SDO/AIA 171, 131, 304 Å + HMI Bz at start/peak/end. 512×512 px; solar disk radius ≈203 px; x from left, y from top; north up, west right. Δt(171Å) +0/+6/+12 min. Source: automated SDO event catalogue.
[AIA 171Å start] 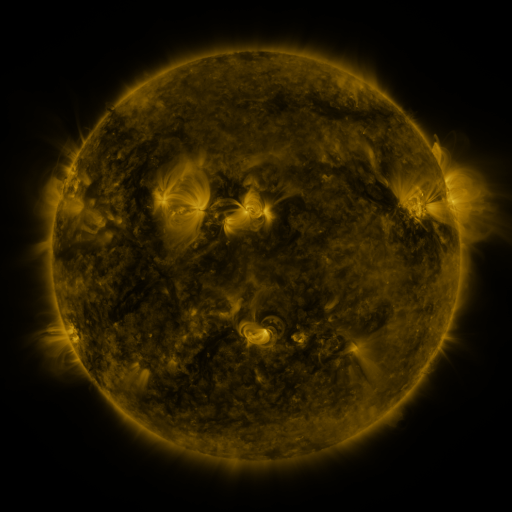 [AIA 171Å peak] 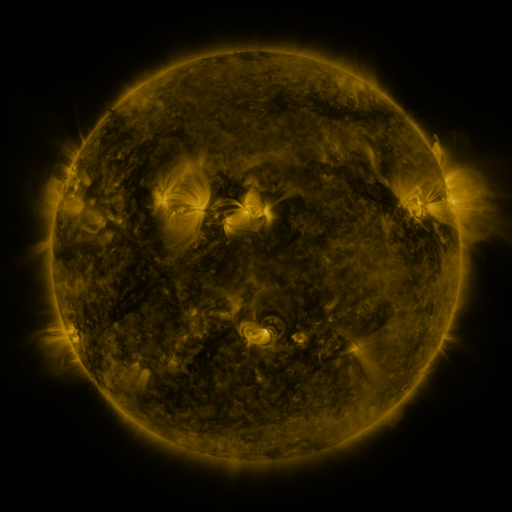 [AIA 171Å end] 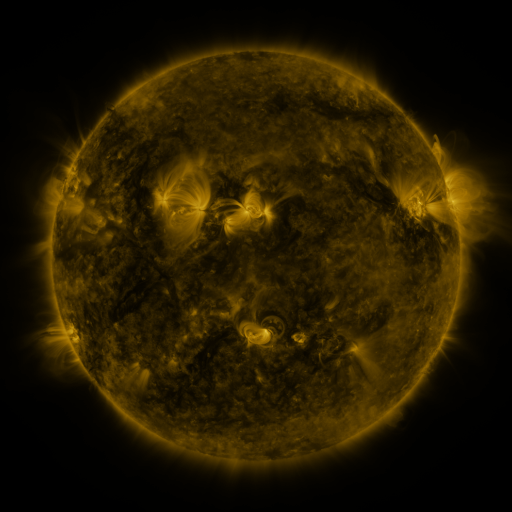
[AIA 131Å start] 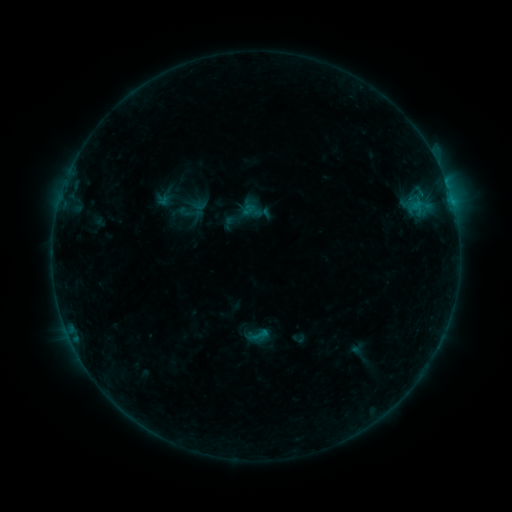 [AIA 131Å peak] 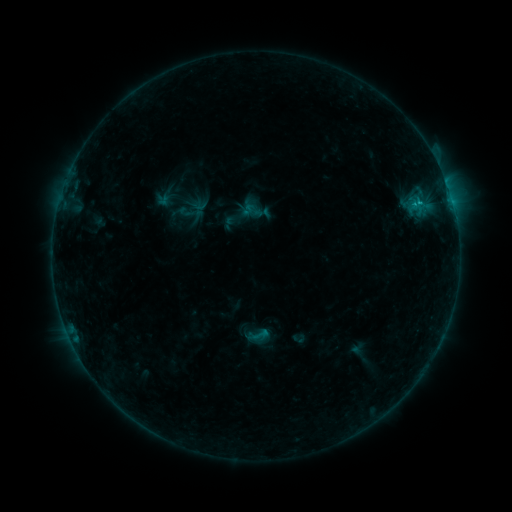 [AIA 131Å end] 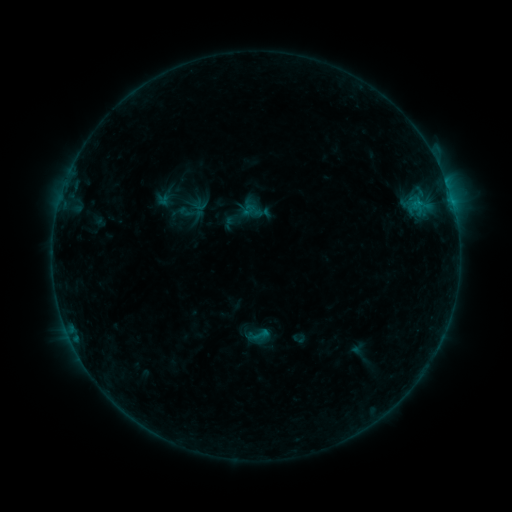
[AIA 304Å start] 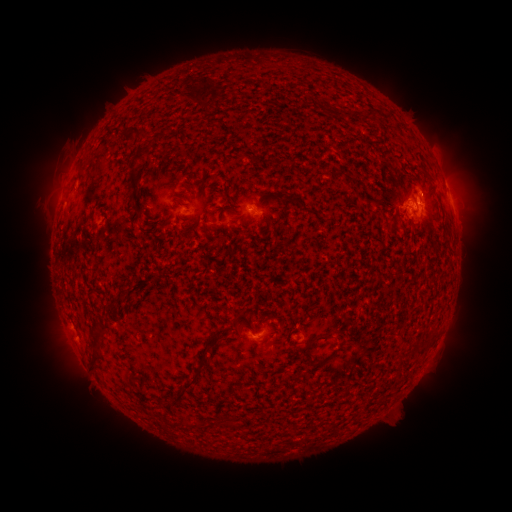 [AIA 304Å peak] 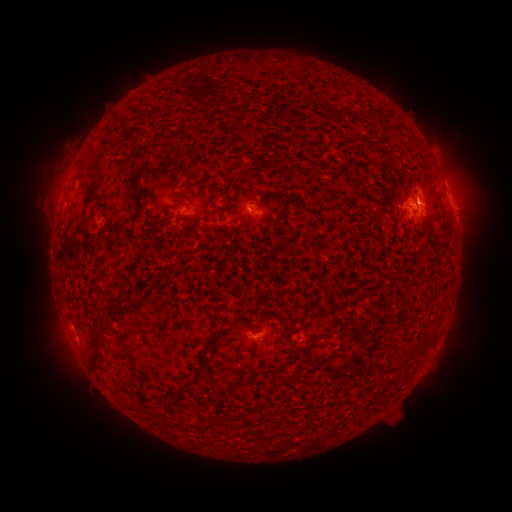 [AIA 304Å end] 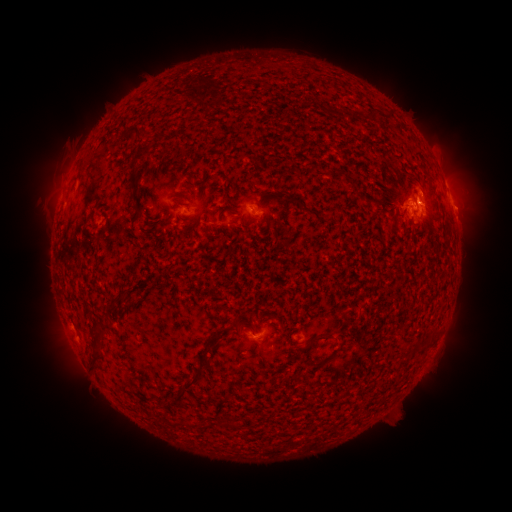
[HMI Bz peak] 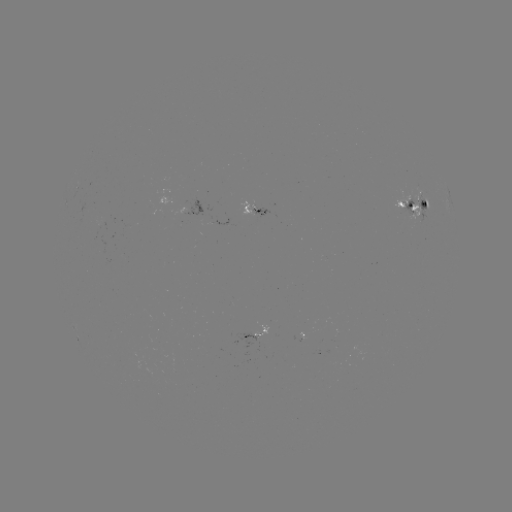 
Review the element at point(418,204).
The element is B5.7 flare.